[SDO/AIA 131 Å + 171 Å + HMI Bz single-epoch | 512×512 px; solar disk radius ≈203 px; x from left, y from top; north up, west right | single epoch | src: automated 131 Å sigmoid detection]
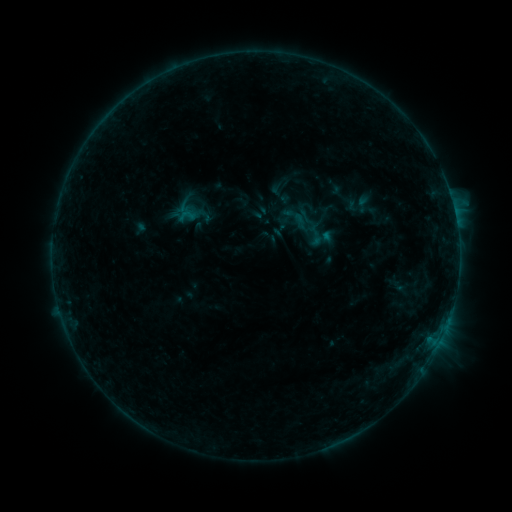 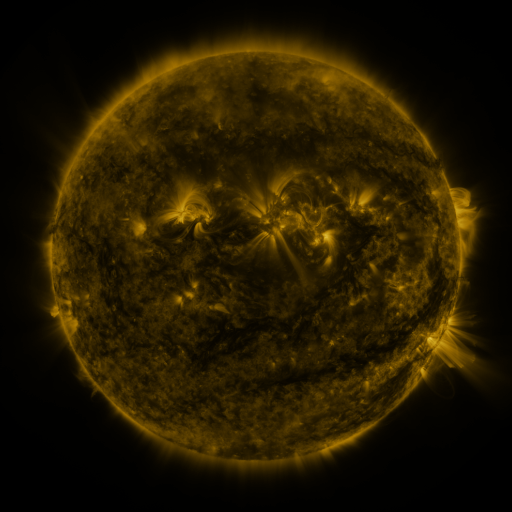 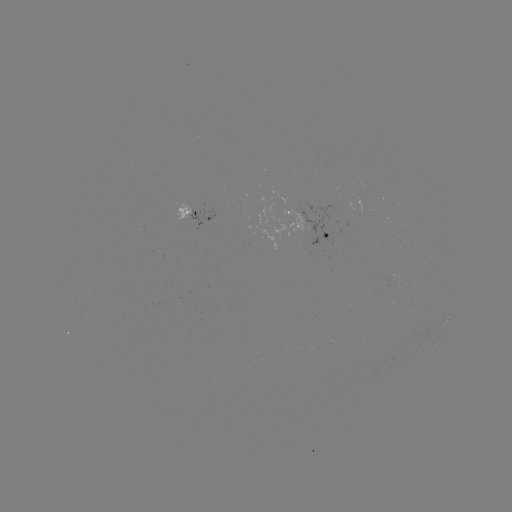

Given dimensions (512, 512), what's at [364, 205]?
sigmoid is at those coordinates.